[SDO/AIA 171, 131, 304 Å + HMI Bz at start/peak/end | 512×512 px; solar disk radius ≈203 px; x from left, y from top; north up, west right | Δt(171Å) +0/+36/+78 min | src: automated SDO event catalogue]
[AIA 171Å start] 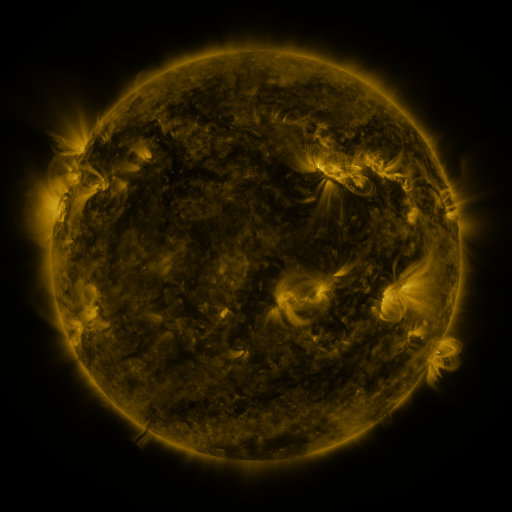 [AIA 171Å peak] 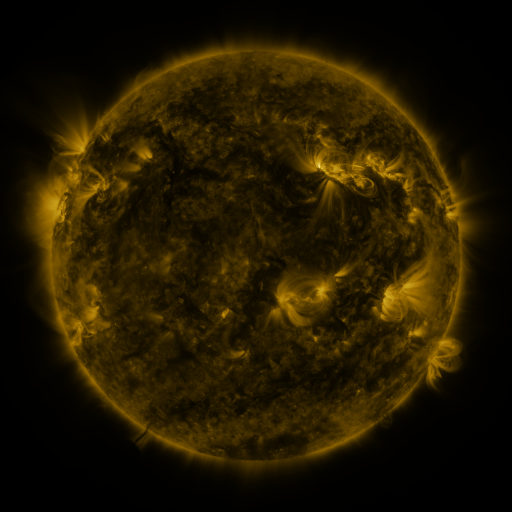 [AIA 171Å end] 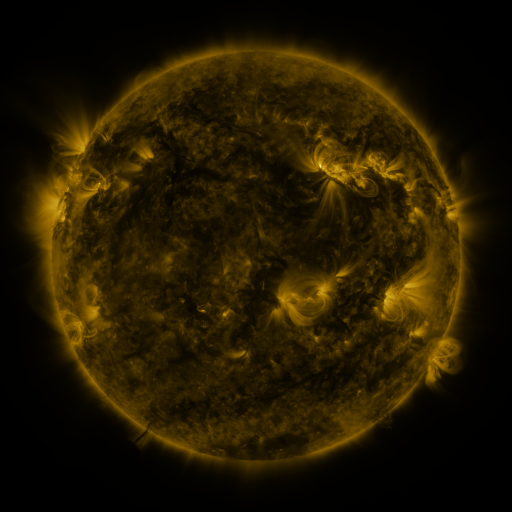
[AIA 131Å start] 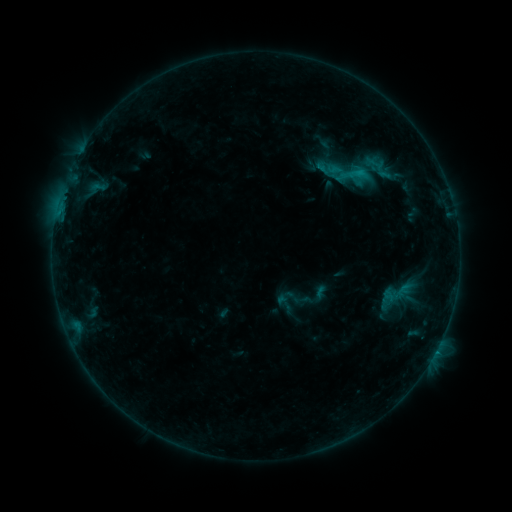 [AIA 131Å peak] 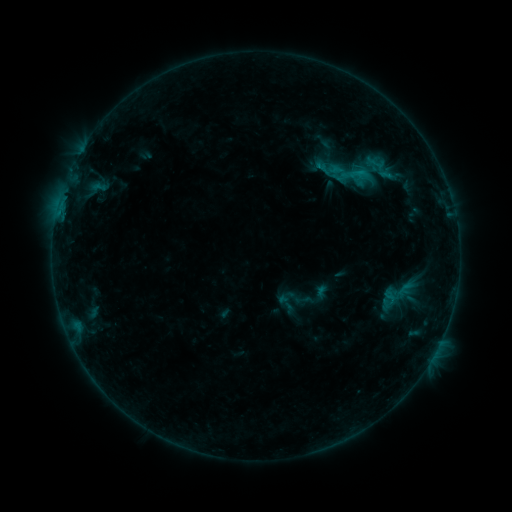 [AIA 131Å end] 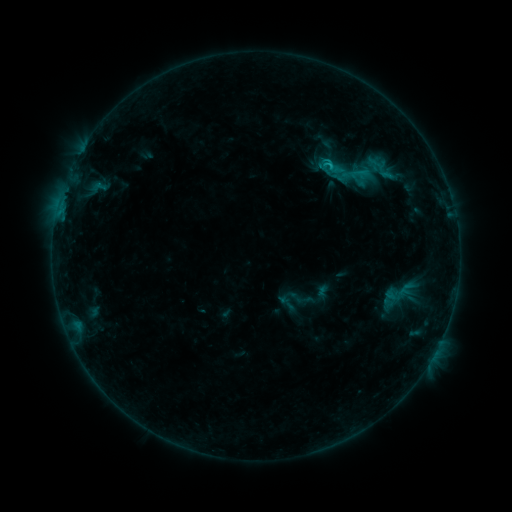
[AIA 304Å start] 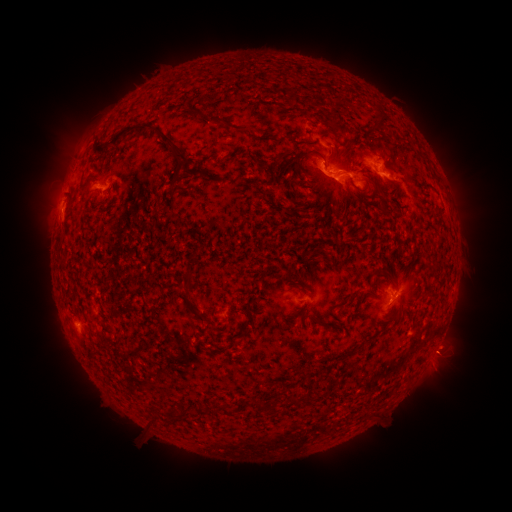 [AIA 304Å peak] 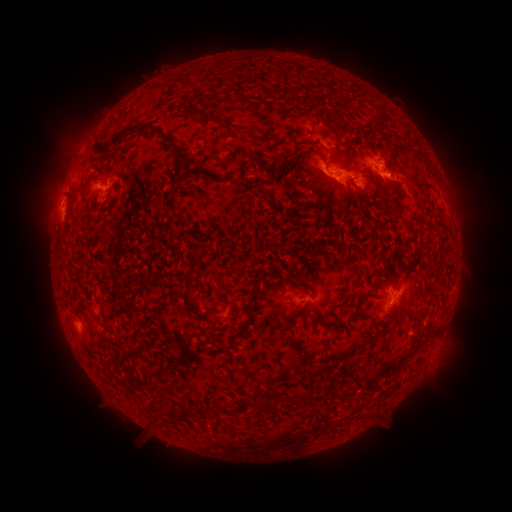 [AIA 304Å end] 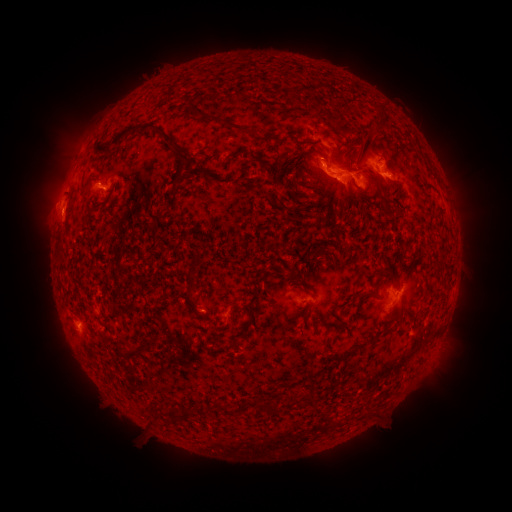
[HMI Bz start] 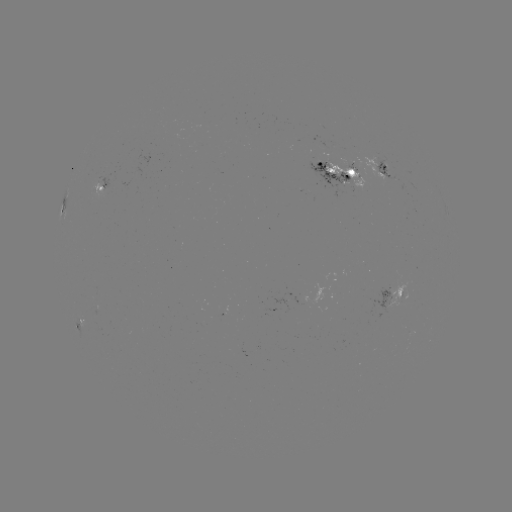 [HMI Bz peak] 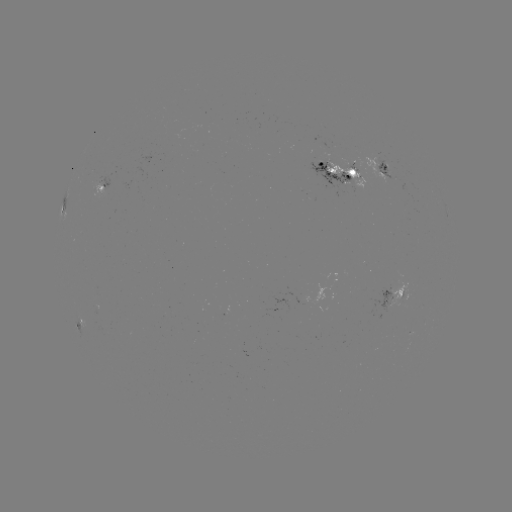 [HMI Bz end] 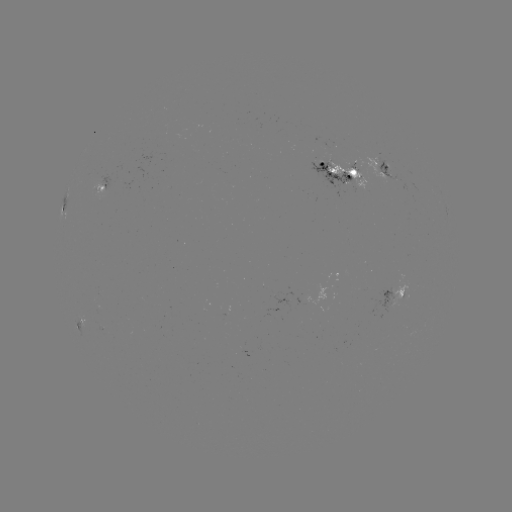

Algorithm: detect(eruption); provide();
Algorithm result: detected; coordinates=[318, 156]